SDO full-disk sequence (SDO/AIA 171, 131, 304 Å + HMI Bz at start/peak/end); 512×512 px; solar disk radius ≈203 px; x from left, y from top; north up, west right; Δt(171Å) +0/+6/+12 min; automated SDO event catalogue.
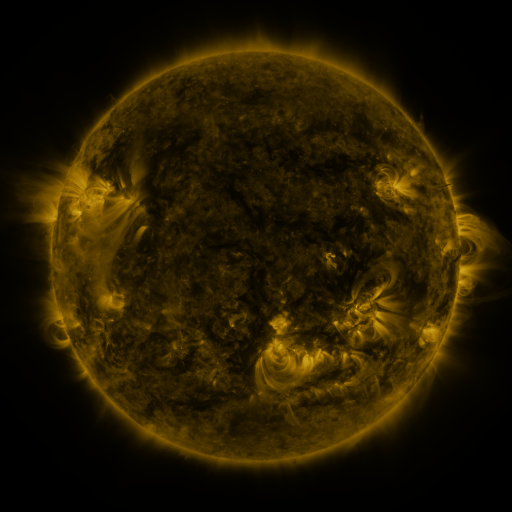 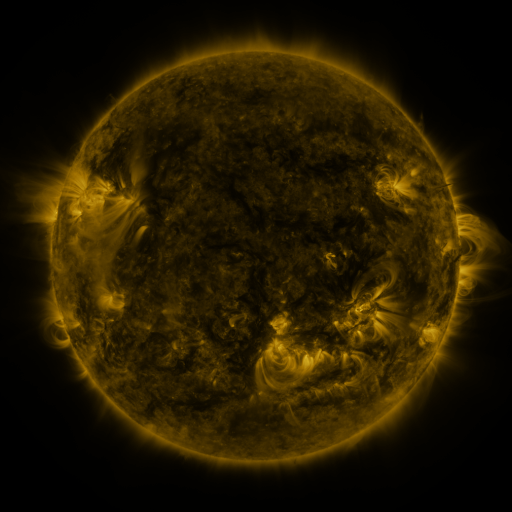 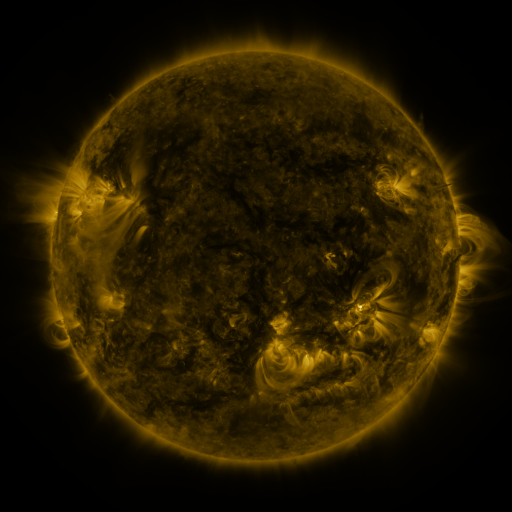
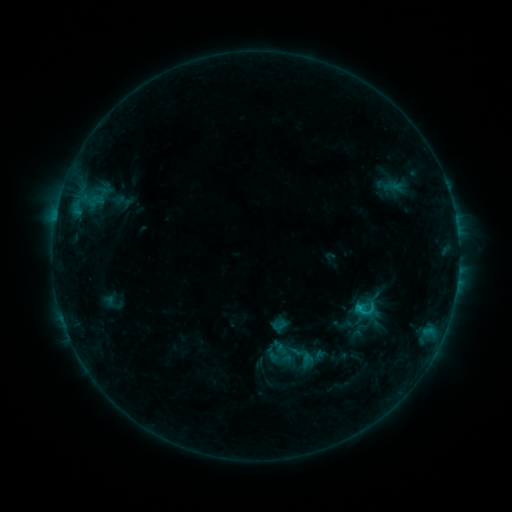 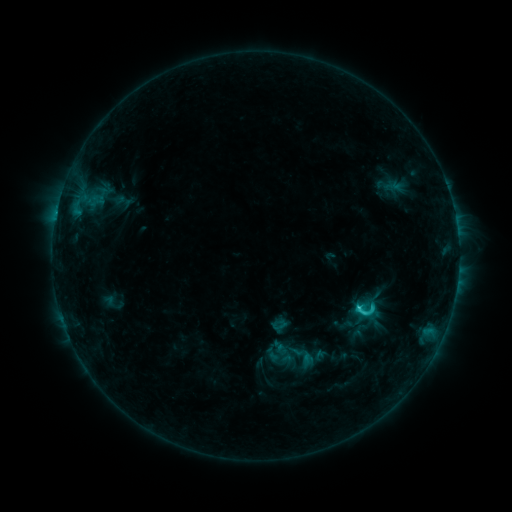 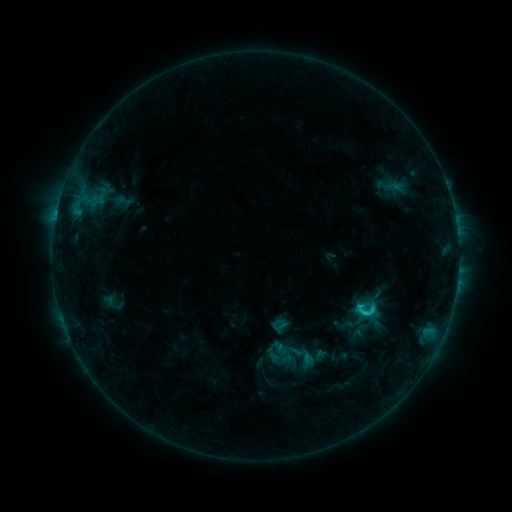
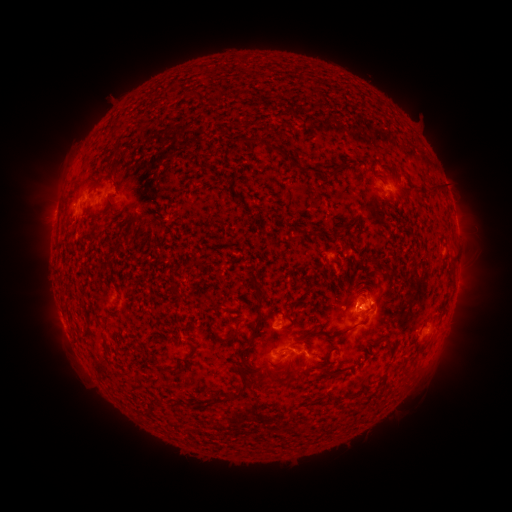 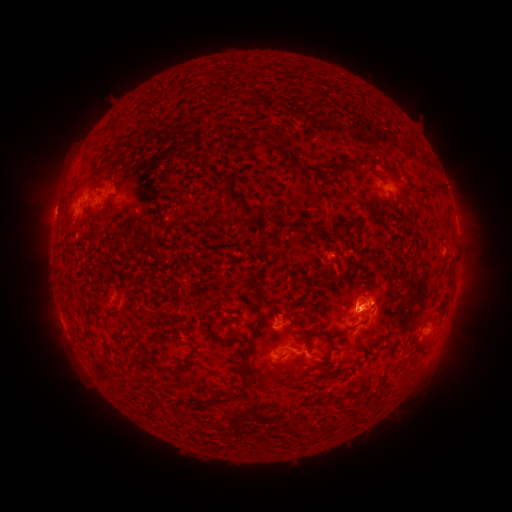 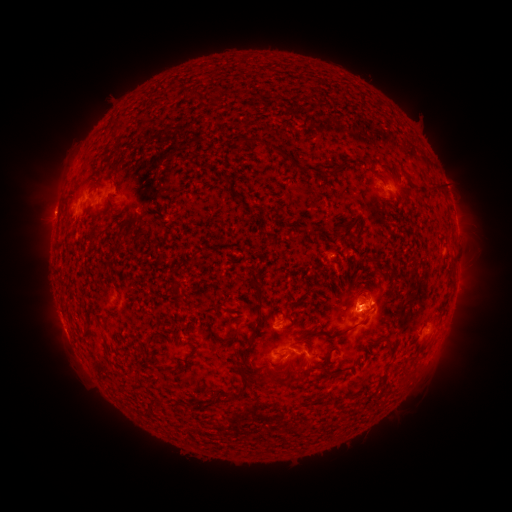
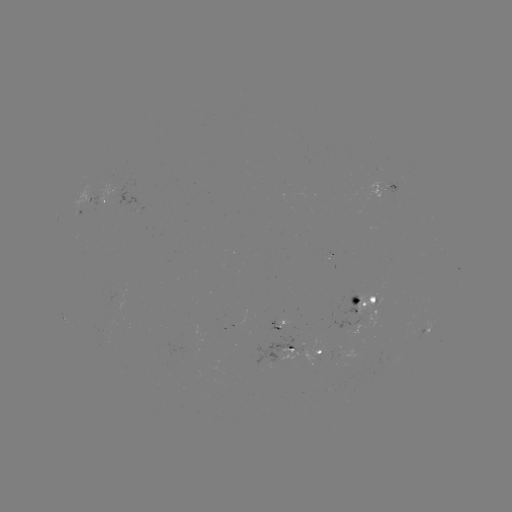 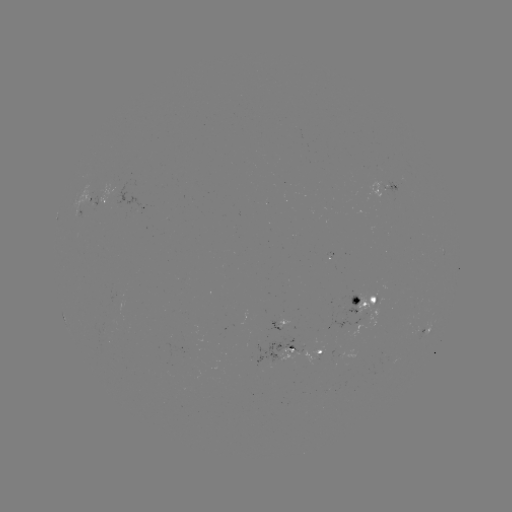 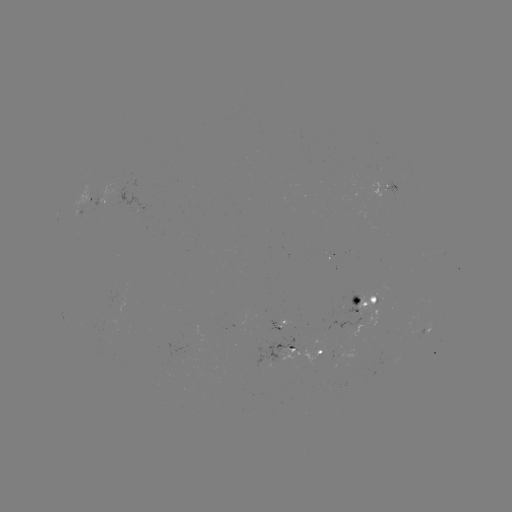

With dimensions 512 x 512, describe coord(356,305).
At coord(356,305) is C2.4 flare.